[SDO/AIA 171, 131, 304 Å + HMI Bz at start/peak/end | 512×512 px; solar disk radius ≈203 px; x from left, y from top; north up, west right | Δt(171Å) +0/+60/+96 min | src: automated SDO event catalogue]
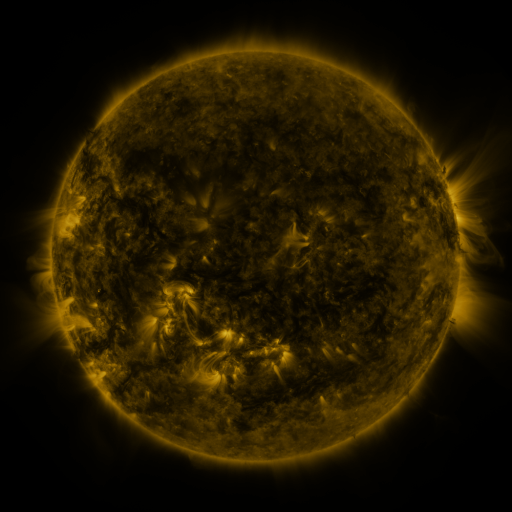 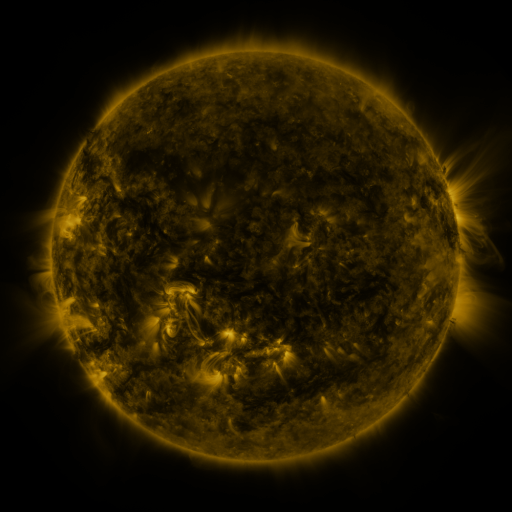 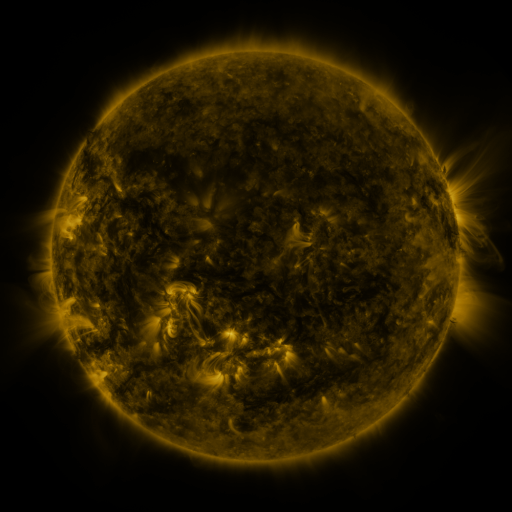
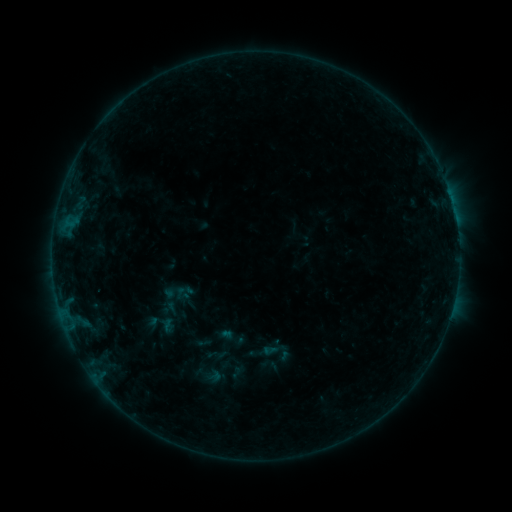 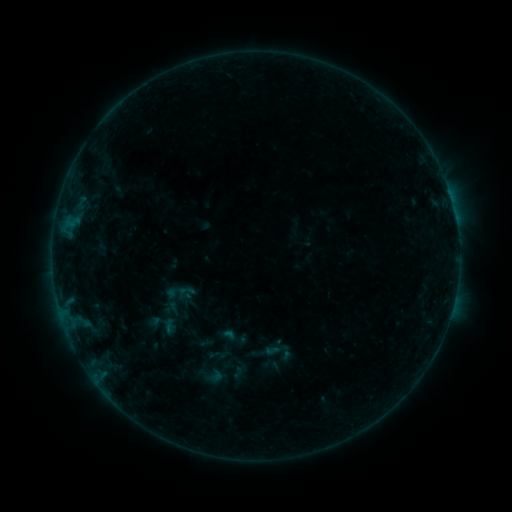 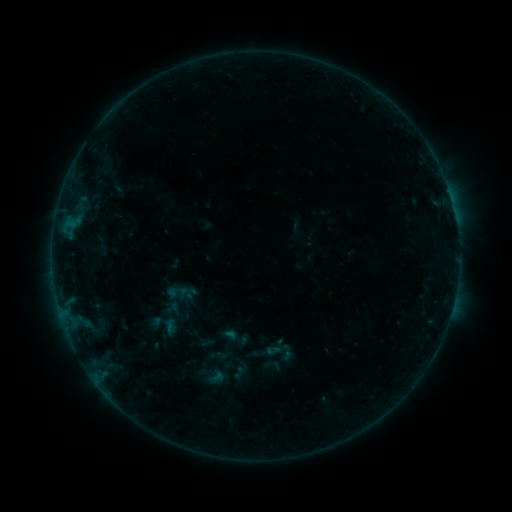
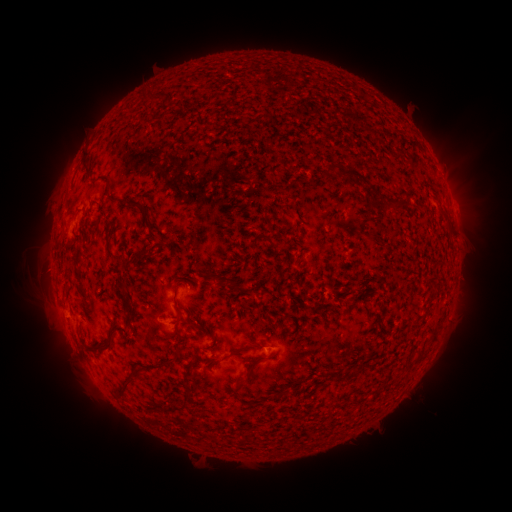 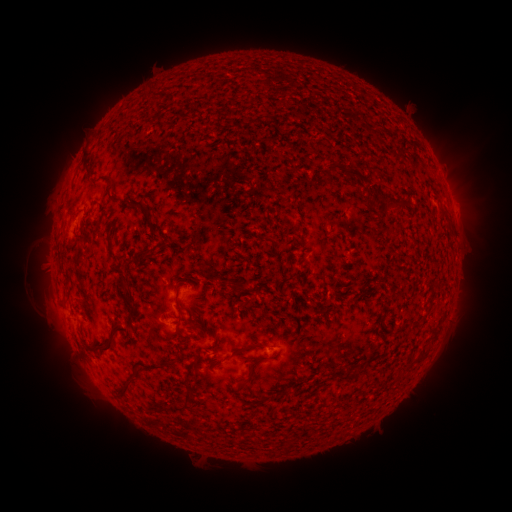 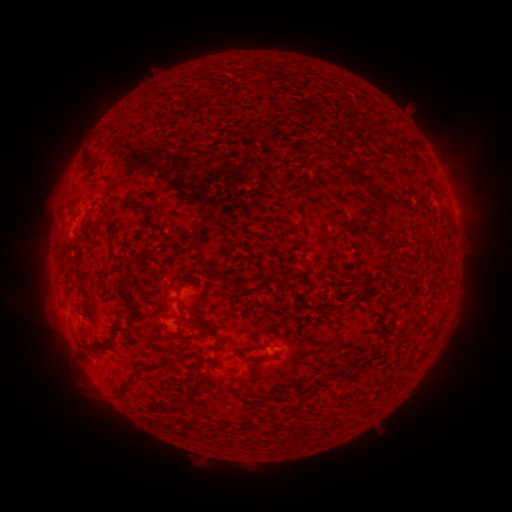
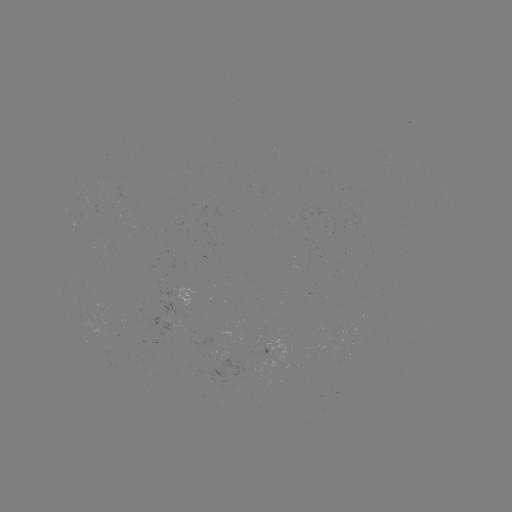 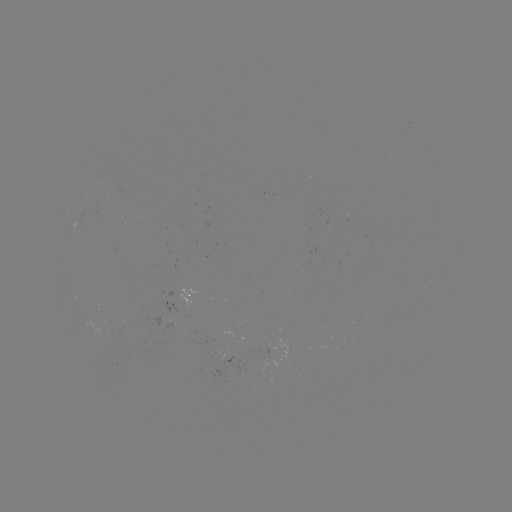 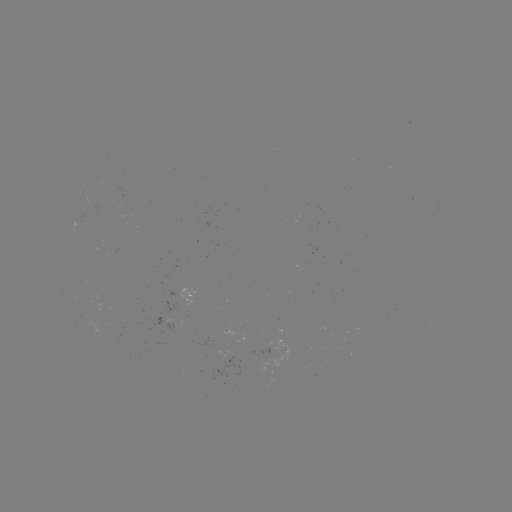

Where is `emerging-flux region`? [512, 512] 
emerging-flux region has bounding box [97, 169, 108, 191].